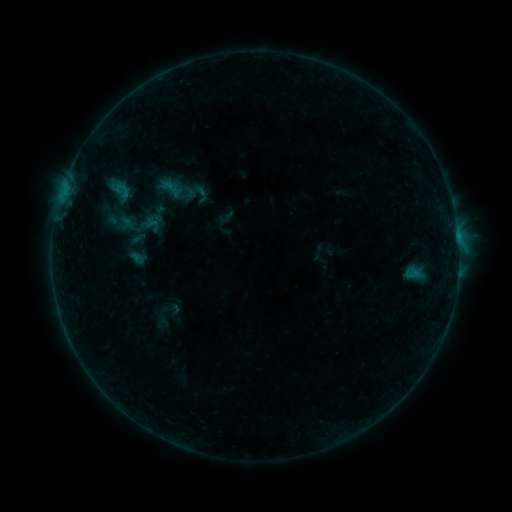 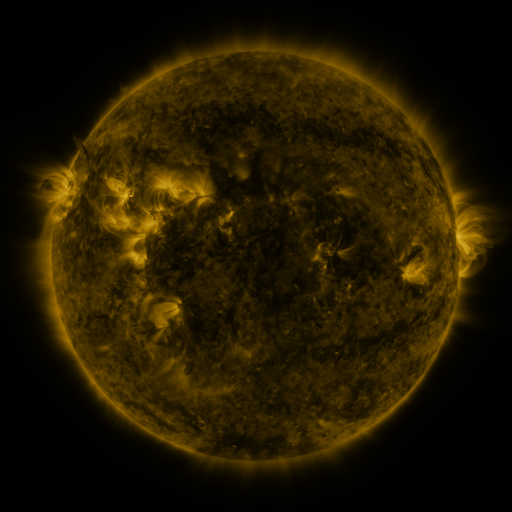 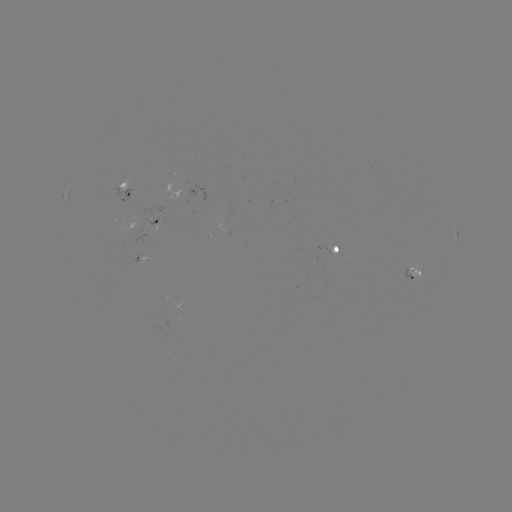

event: sigmoid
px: (170, 188)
